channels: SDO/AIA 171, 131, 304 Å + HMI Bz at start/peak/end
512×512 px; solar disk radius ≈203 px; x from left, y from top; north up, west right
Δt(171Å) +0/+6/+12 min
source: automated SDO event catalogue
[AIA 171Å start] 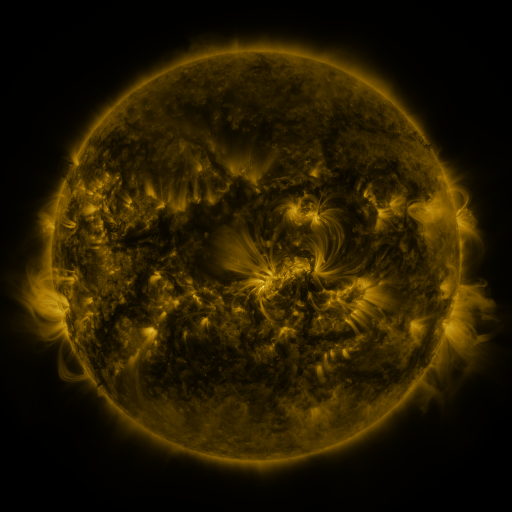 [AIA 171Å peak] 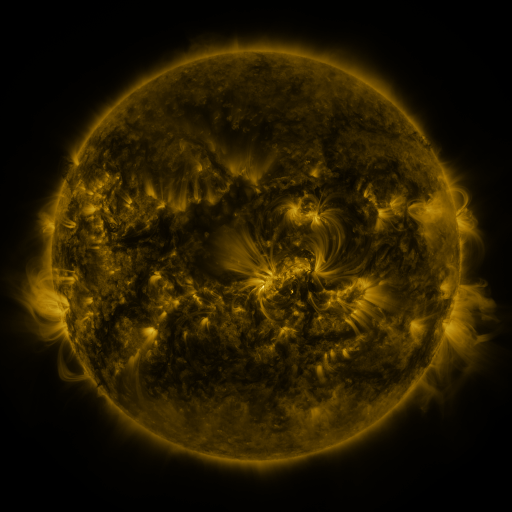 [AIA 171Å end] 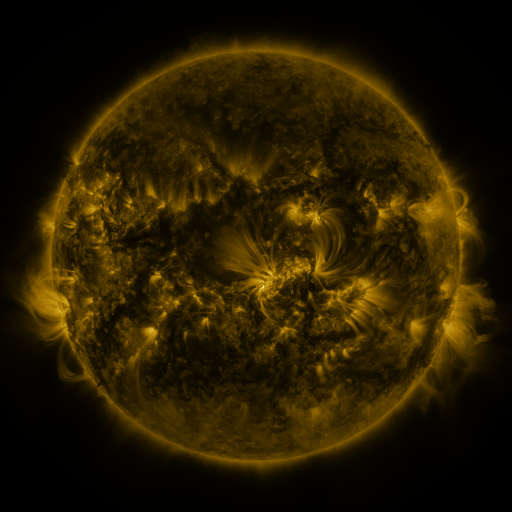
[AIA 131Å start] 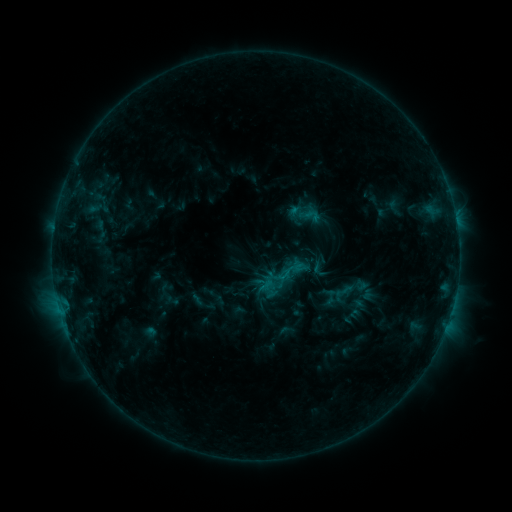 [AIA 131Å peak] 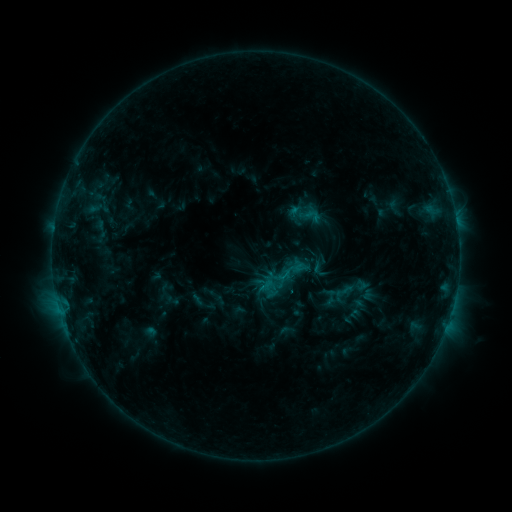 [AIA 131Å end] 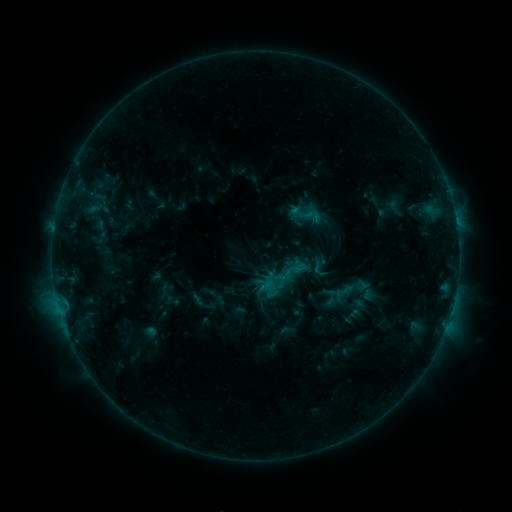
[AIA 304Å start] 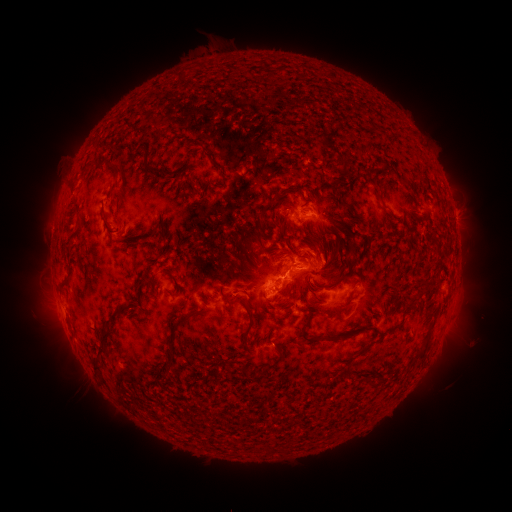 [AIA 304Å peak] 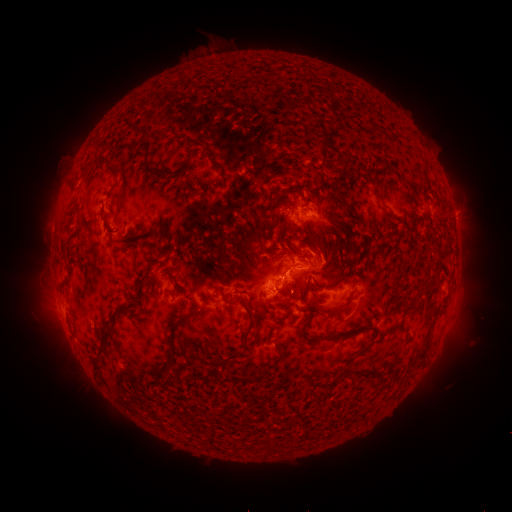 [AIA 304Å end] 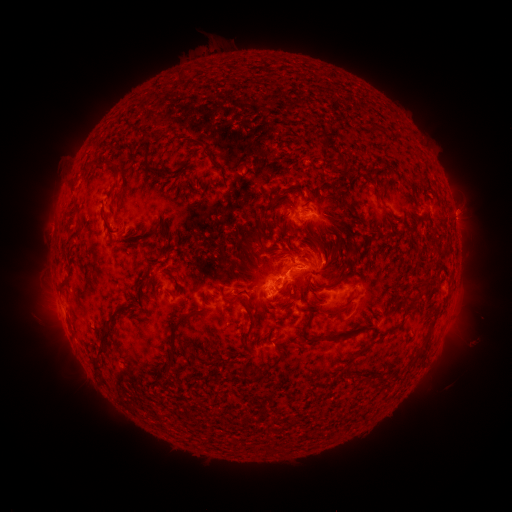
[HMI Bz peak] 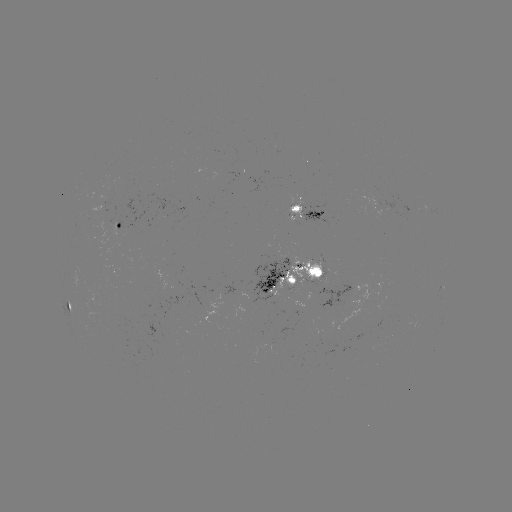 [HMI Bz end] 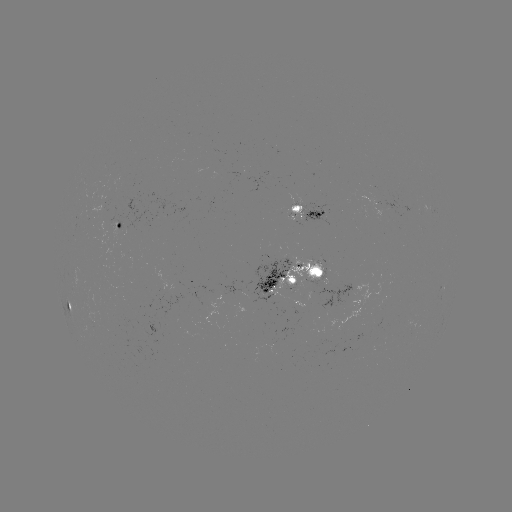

no flare in any classed list; no EUV-trigger detection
